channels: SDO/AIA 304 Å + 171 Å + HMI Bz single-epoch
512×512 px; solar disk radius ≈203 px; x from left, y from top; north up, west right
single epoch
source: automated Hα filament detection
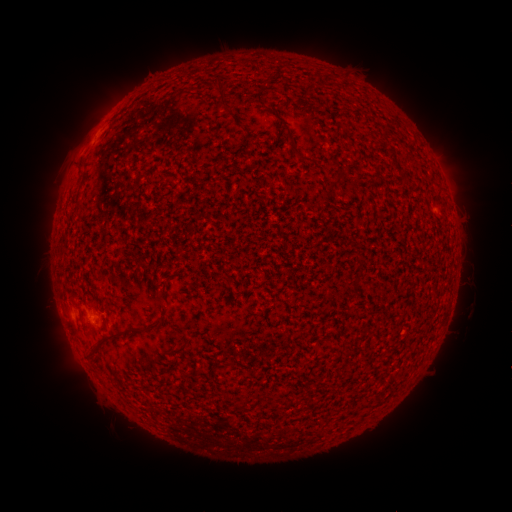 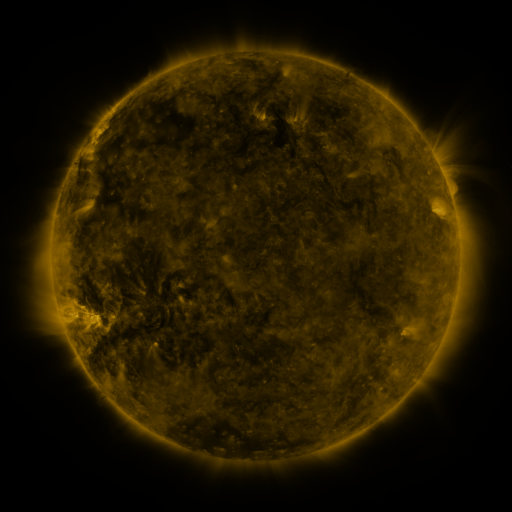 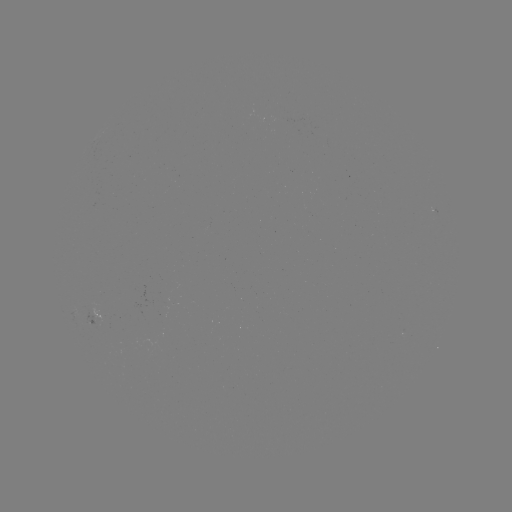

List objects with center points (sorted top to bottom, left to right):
filament: <bbox>217, 76, 227, 91</bbox>
filament: <bbox>222, 94, 233, 109</bbox>
filament: <bbox>284, 122, 313, 163</bbox>
filament: <bbox>141, 320, 161, 330</bbox>
filament: <bbox>93, 329, 121, 348</bbox>
filament: <bbox>169, 341, 185, 354</bbox>
